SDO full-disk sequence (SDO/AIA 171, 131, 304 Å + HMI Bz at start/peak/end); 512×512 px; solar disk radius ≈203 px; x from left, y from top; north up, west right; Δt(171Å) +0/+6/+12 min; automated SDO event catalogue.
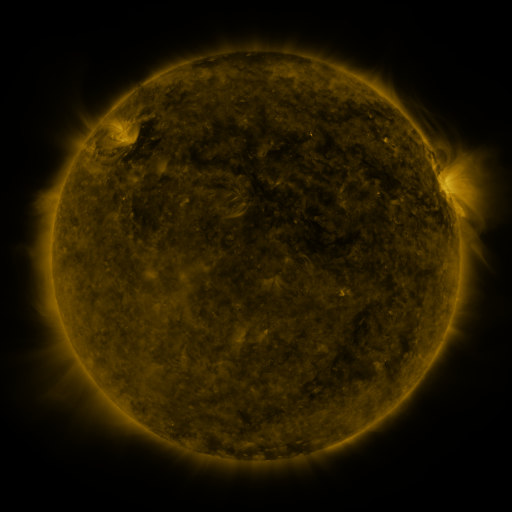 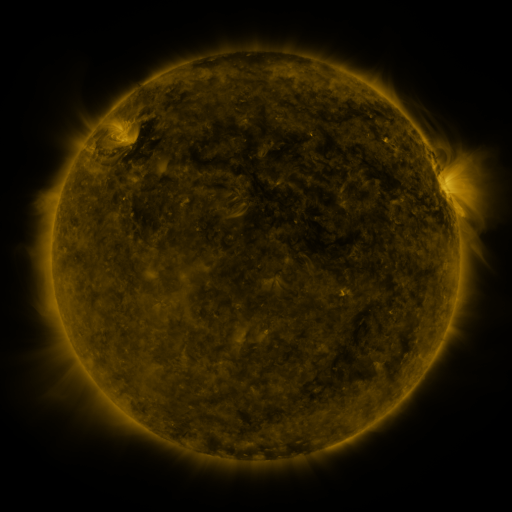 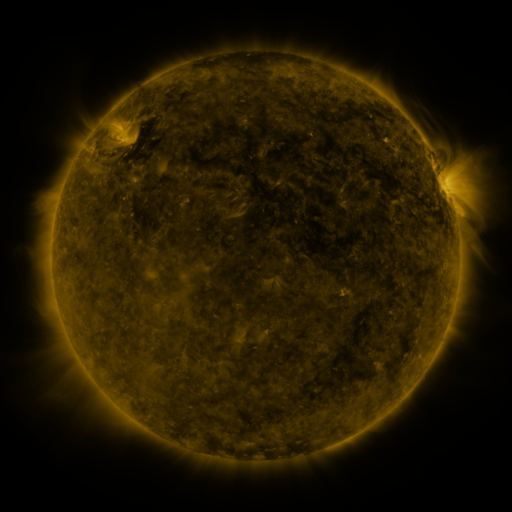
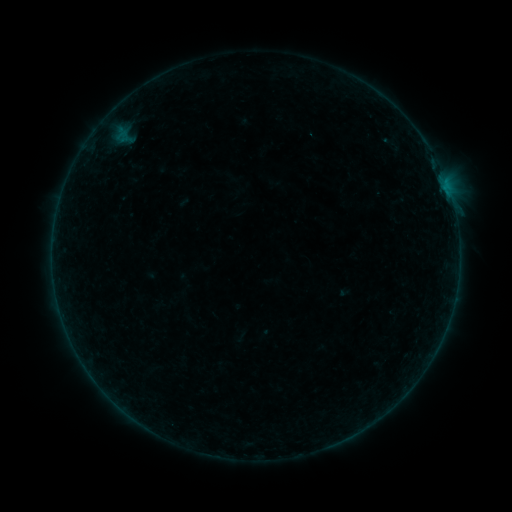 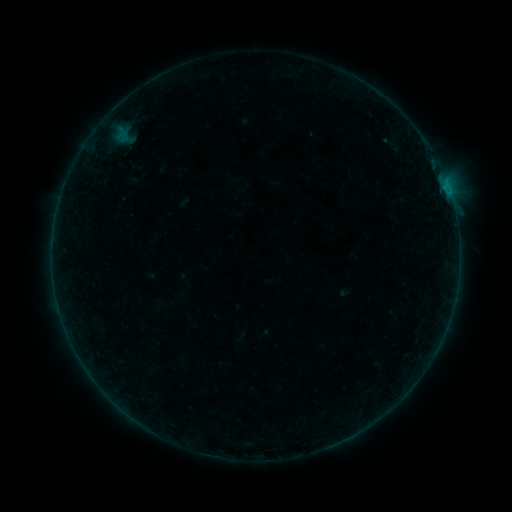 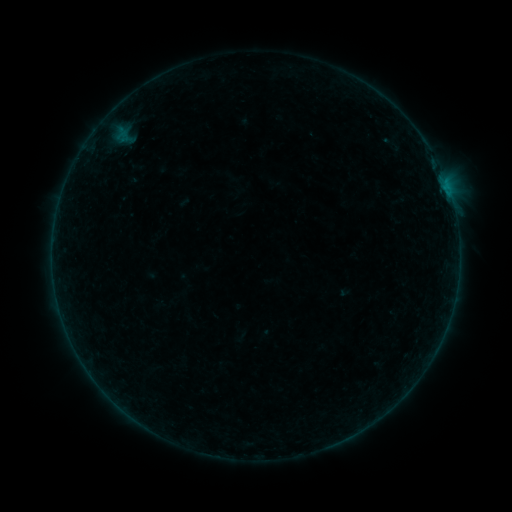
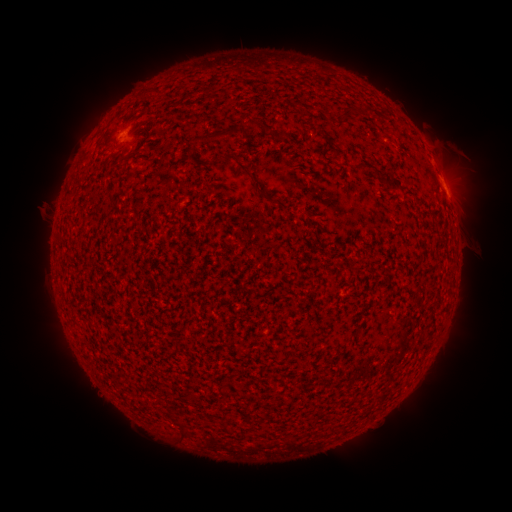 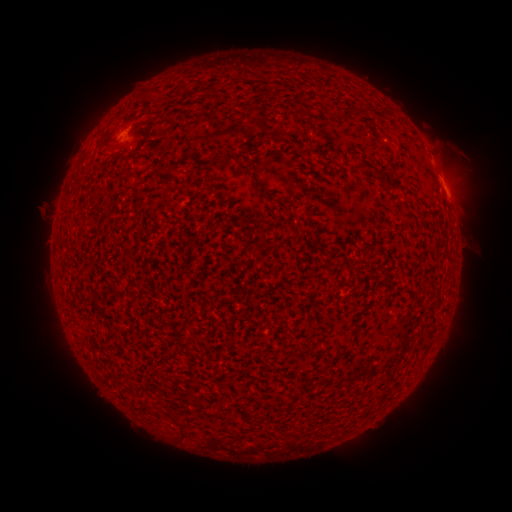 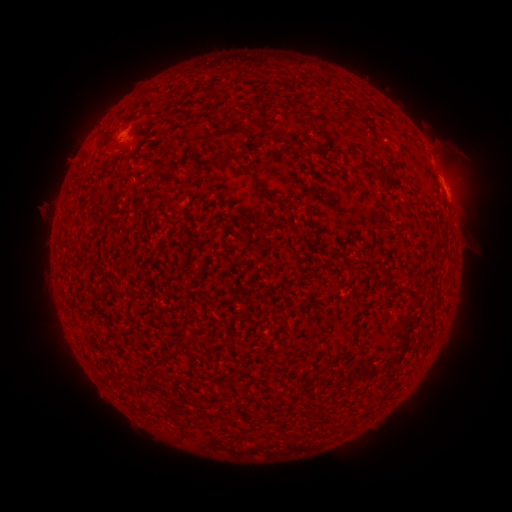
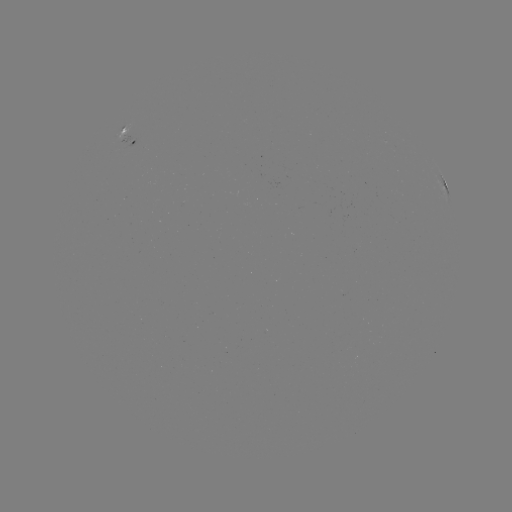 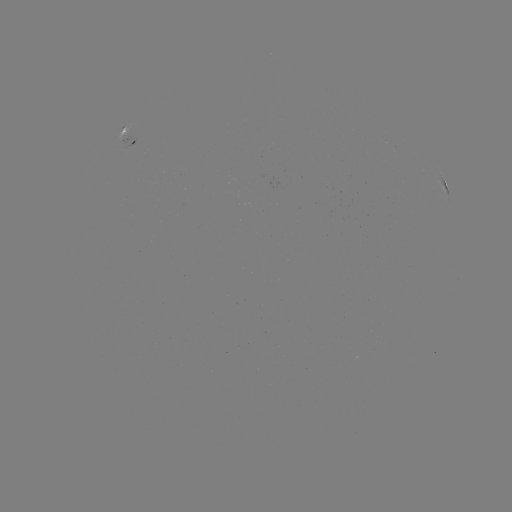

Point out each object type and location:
B1.5 flare: (449, 198)
